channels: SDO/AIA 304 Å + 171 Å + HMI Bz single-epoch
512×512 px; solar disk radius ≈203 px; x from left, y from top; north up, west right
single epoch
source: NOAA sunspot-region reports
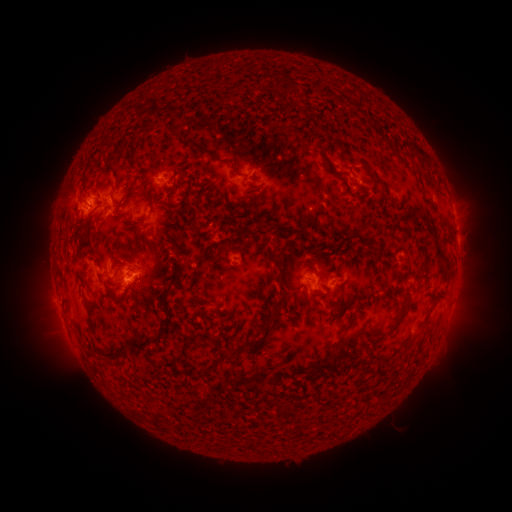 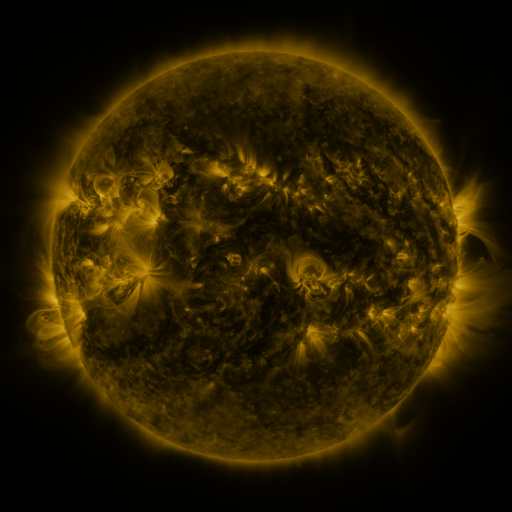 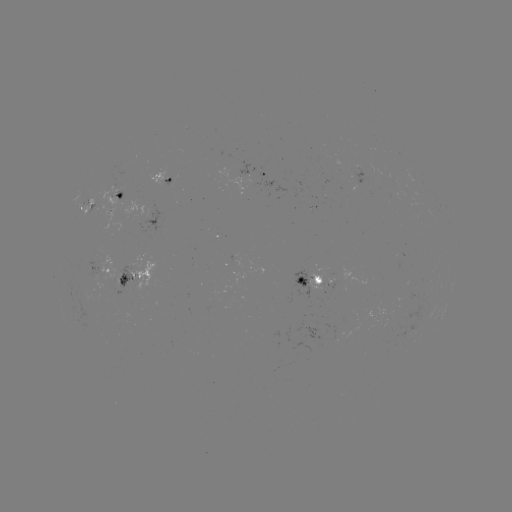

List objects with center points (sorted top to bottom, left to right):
spotted active region: (266, 174)
spotted active region: (164, 177)
spotted active region: (122, 197)
spotted active region: (87, 208)
spotted active region: (99, 269)
spotted active region: (132, 276)
spotted active region: (314, 280)
